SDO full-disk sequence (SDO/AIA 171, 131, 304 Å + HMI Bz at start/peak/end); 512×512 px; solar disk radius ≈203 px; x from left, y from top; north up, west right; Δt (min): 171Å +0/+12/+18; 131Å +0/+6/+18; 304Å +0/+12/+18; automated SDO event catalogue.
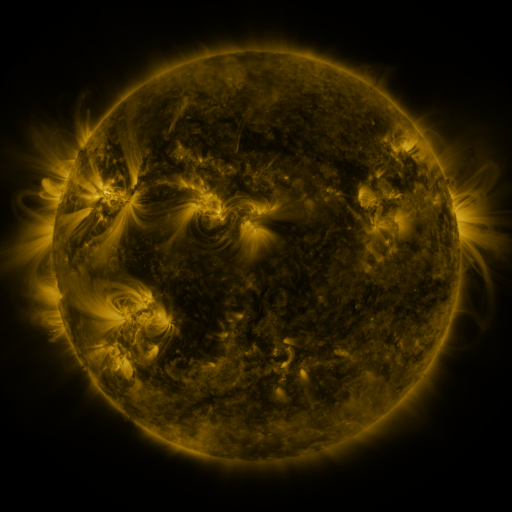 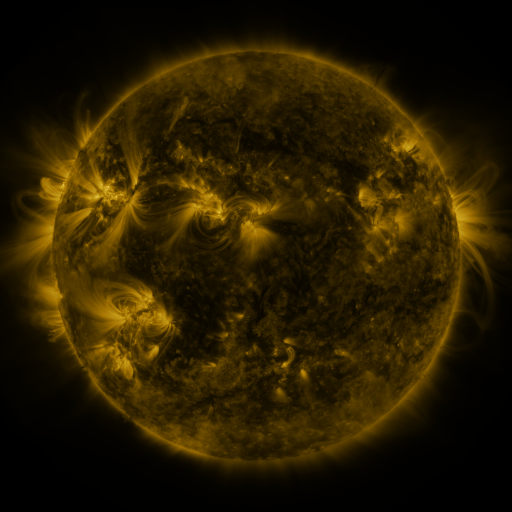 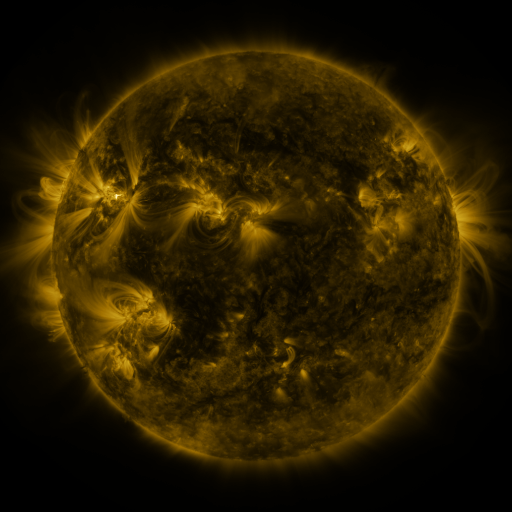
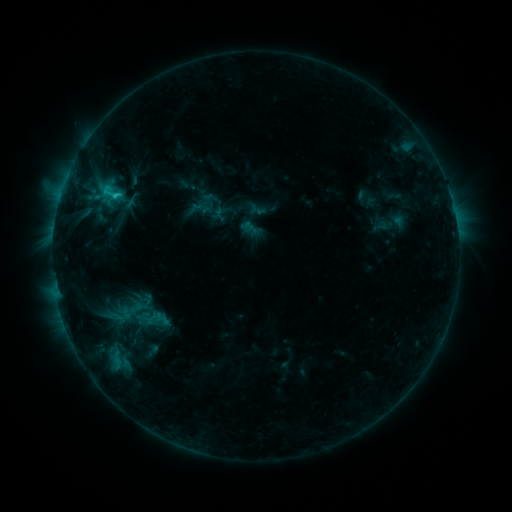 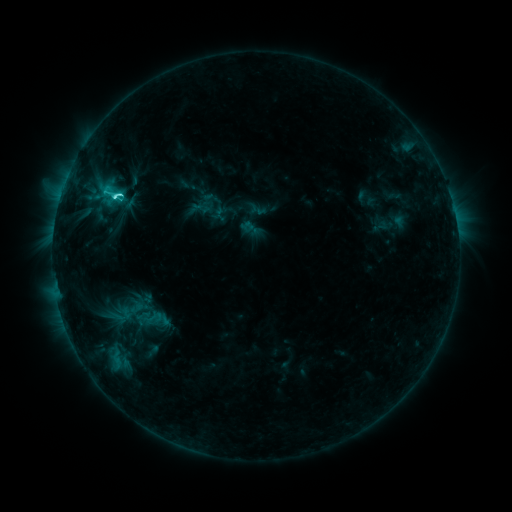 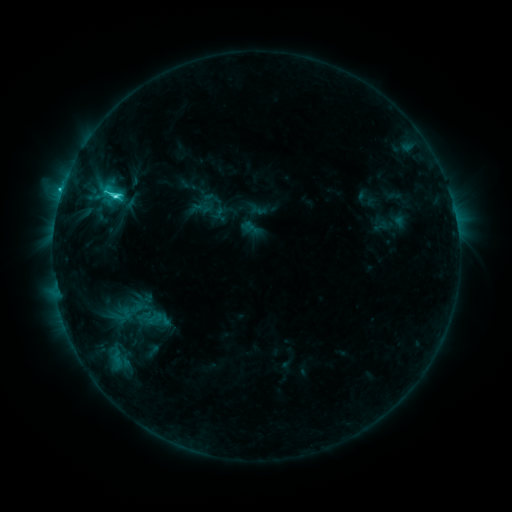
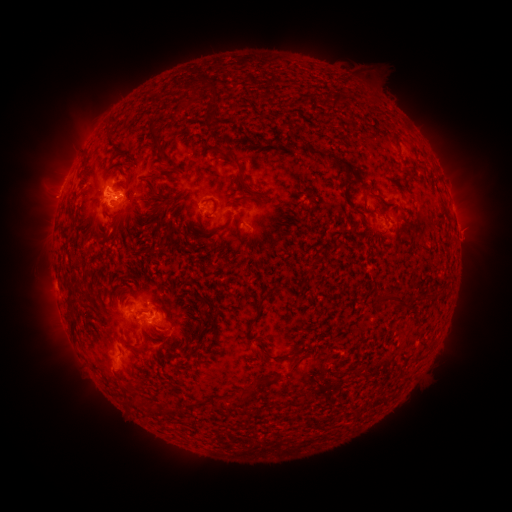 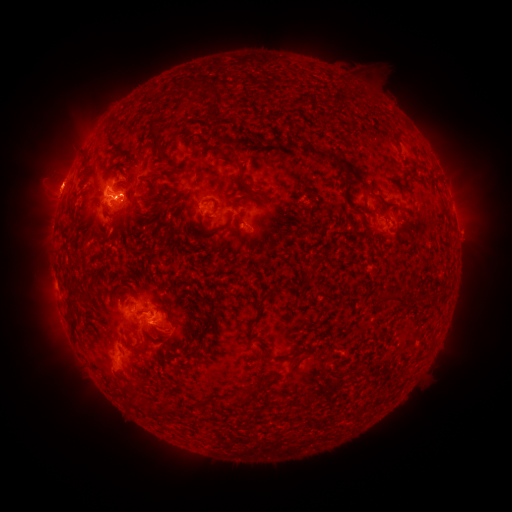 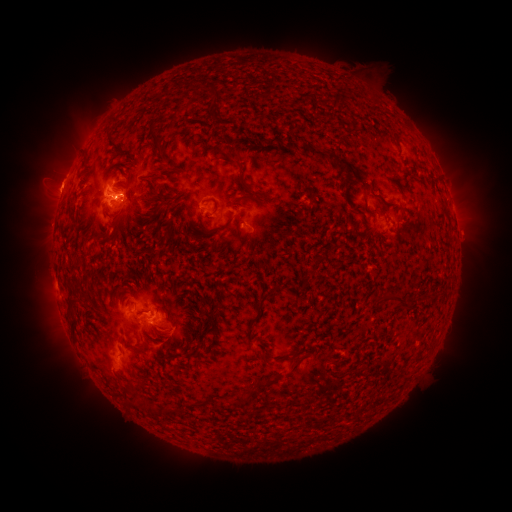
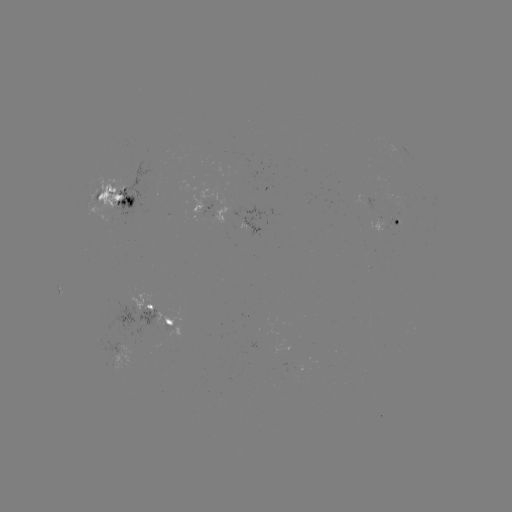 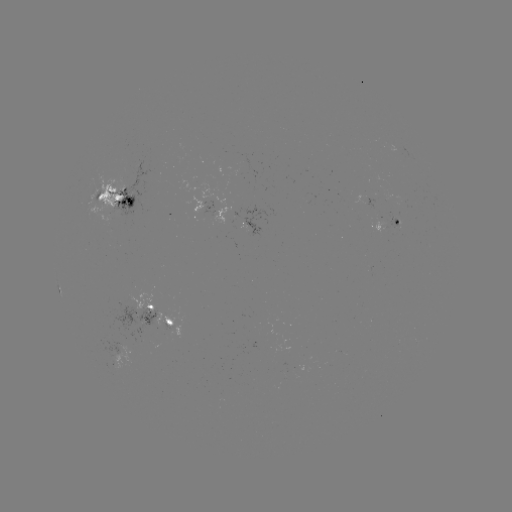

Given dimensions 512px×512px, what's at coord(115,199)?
M1.0 flare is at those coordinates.